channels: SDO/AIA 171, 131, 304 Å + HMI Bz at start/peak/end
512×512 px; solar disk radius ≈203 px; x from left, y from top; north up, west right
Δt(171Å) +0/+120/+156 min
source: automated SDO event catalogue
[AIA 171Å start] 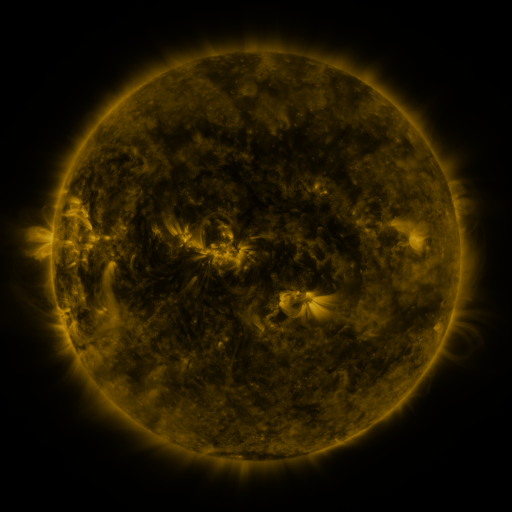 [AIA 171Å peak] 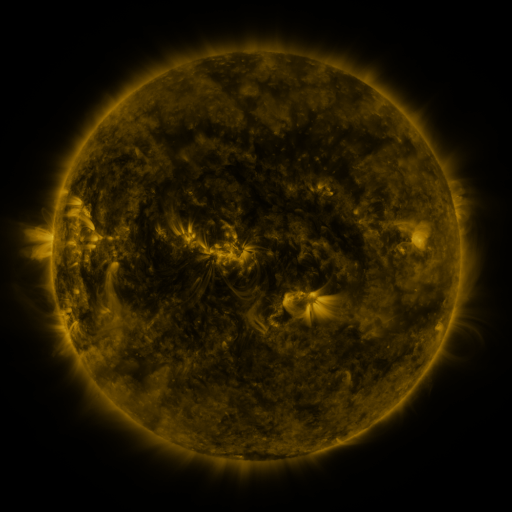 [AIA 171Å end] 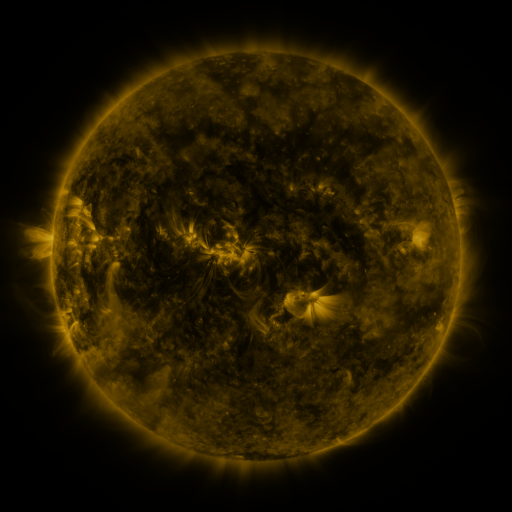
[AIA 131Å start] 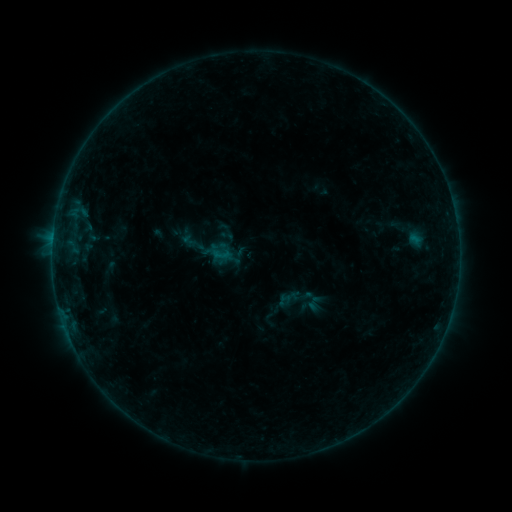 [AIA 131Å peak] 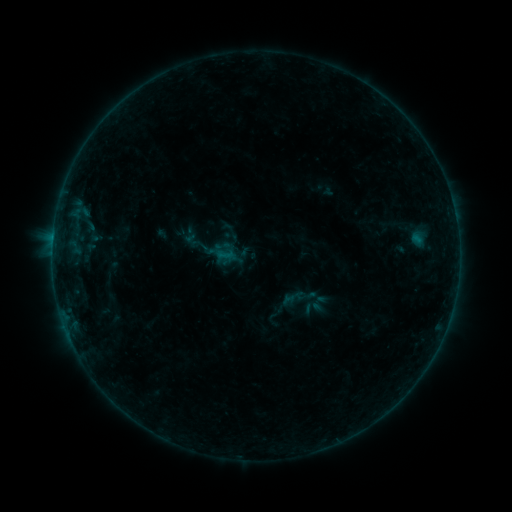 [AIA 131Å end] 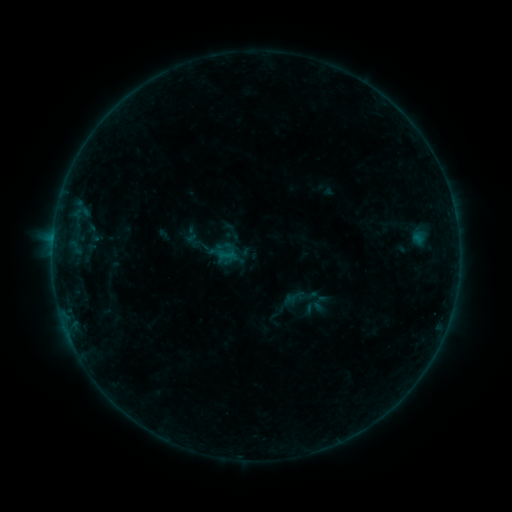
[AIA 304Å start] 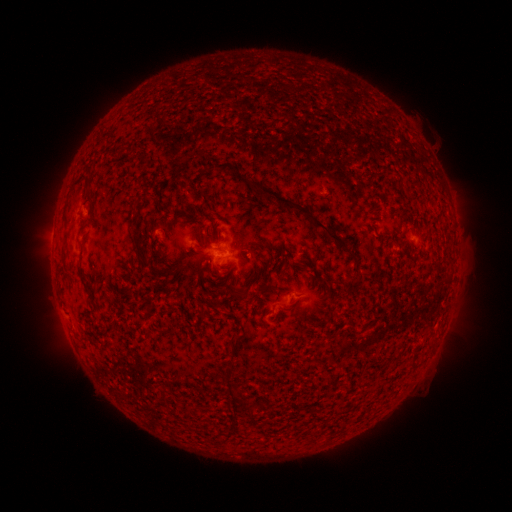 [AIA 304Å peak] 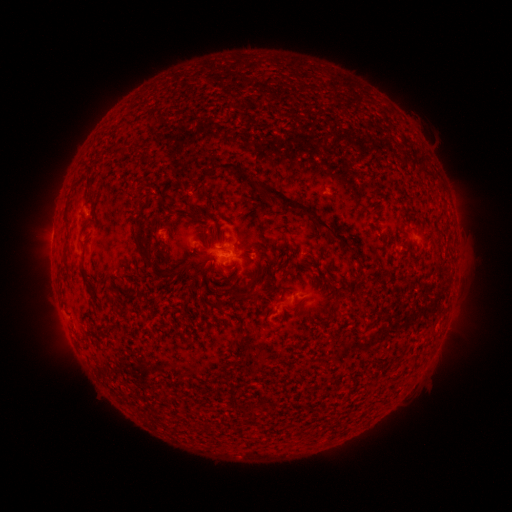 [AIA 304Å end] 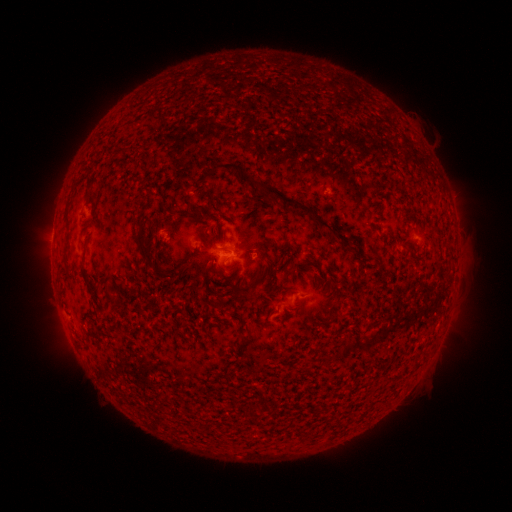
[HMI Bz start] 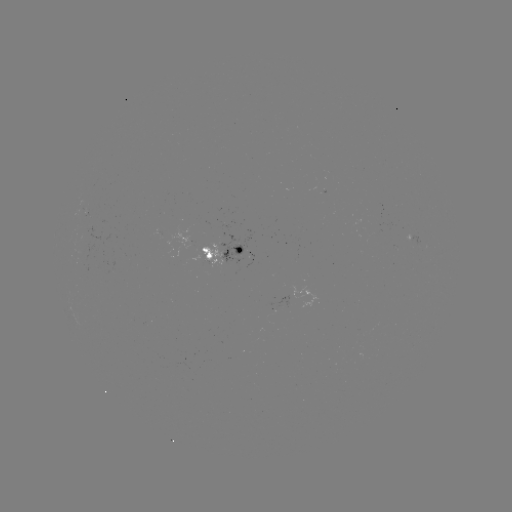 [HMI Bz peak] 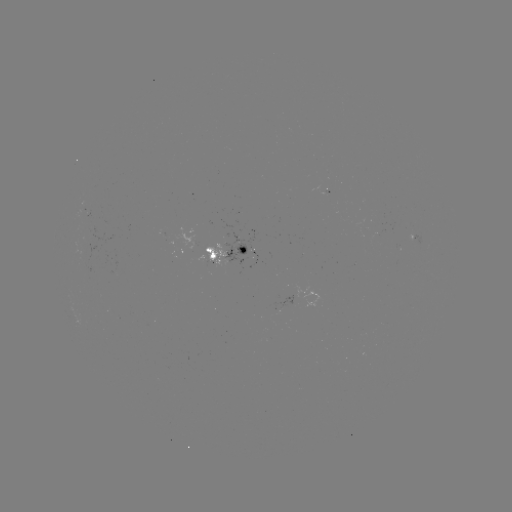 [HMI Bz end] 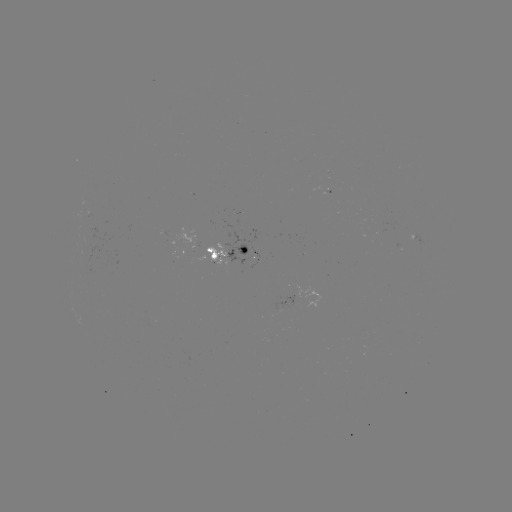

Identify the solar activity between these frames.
emerging-flux region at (253, 258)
